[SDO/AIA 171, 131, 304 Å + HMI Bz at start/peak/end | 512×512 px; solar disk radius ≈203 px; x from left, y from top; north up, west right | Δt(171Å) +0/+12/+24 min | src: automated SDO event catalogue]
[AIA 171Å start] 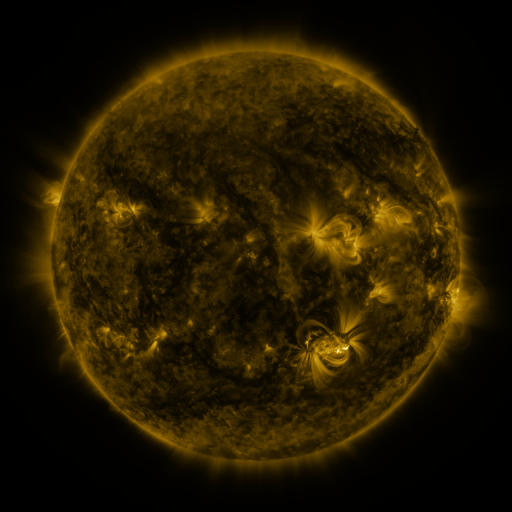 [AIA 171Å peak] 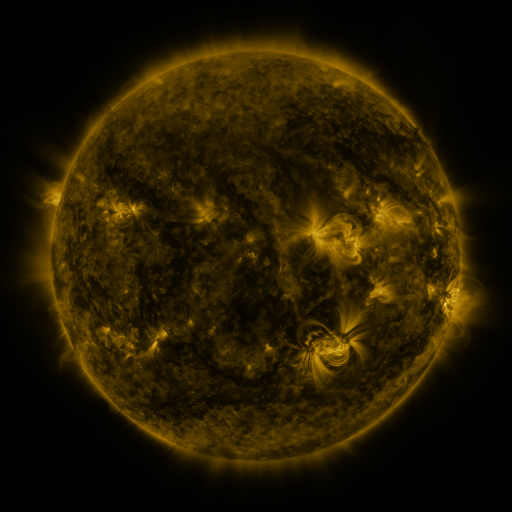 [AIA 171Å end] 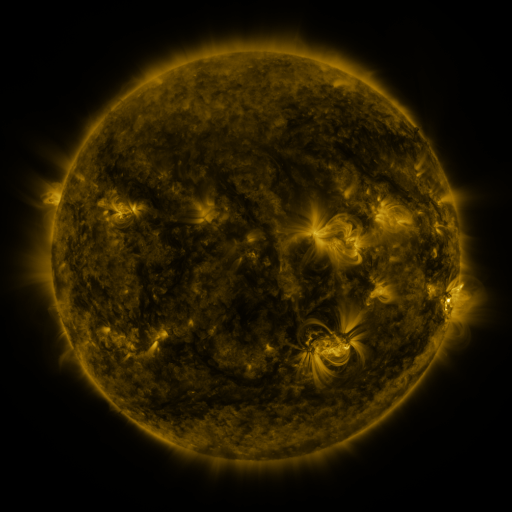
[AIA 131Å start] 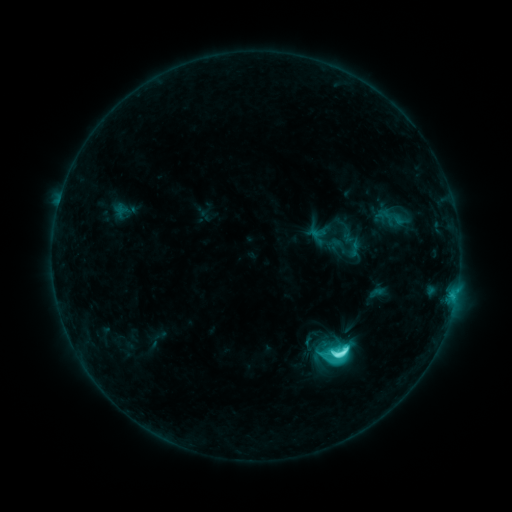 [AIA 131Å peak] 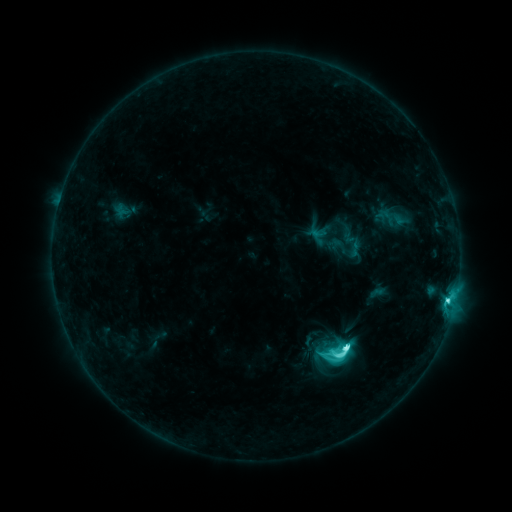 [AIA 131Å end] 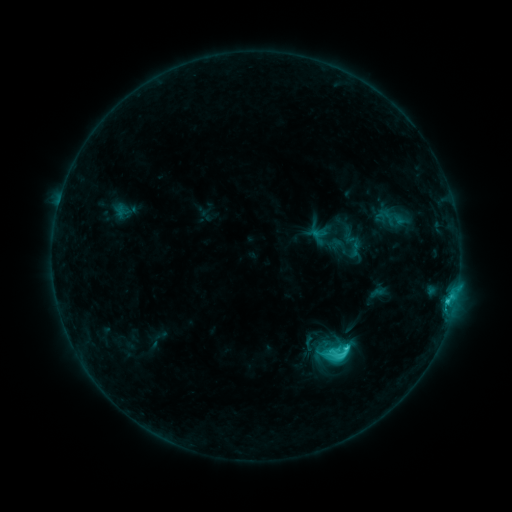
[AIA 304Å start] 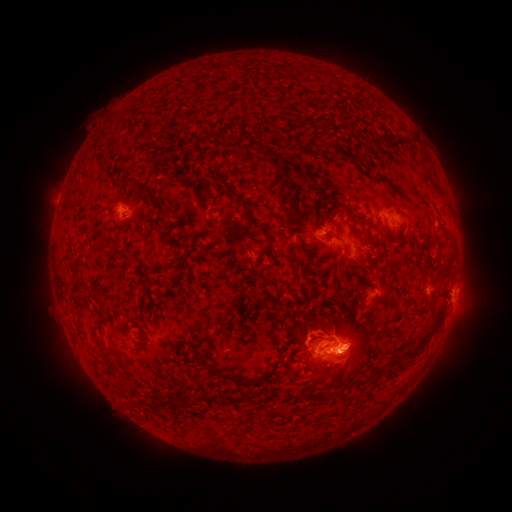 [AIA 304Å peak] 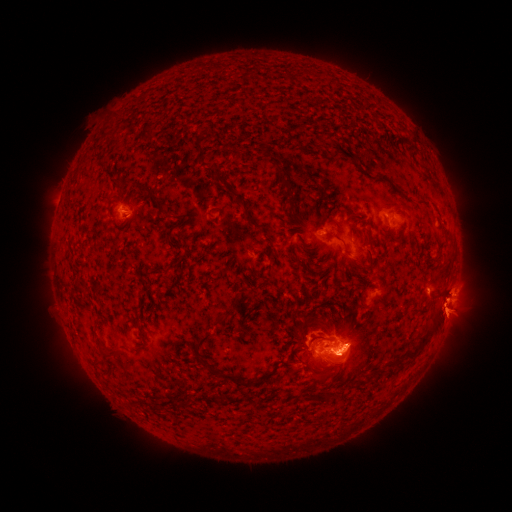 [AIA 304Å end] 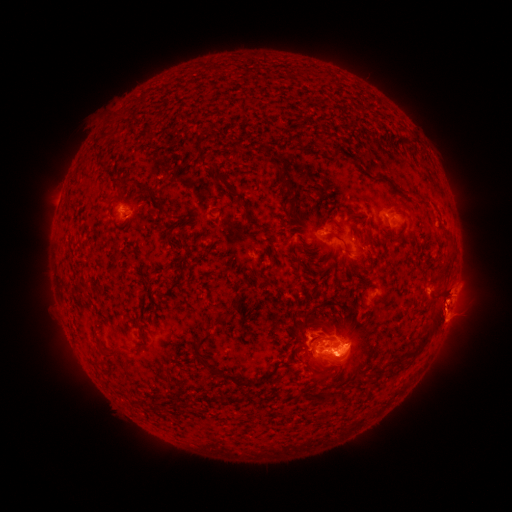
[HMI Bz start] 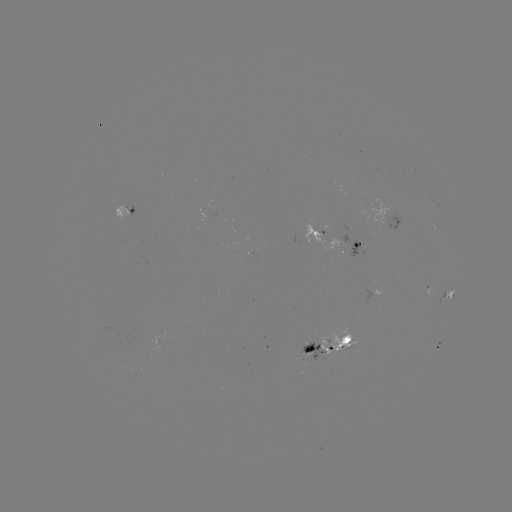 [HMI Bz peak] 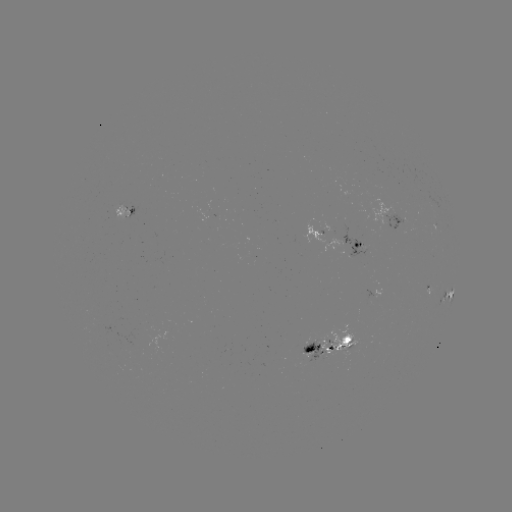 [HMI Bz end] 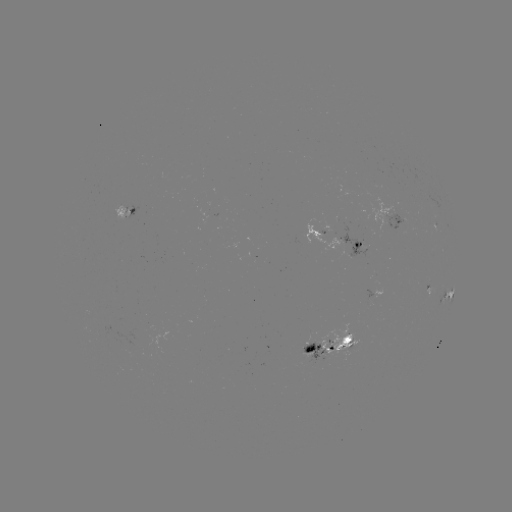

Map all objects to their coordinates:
eruption: (451, 318)
